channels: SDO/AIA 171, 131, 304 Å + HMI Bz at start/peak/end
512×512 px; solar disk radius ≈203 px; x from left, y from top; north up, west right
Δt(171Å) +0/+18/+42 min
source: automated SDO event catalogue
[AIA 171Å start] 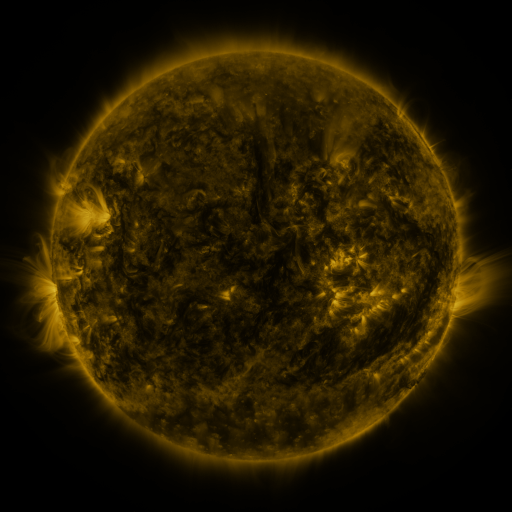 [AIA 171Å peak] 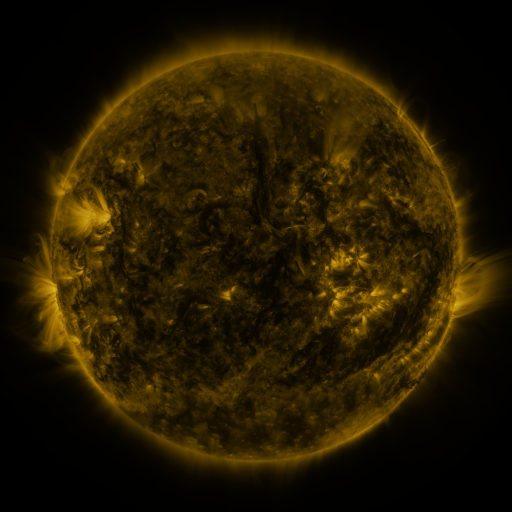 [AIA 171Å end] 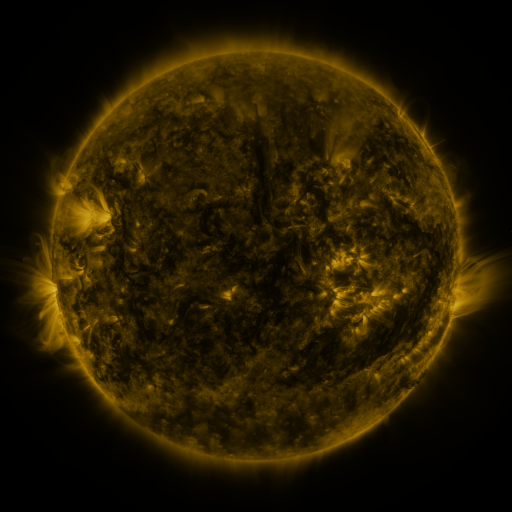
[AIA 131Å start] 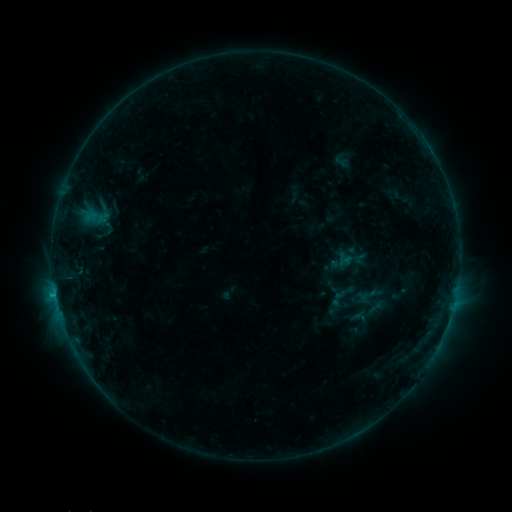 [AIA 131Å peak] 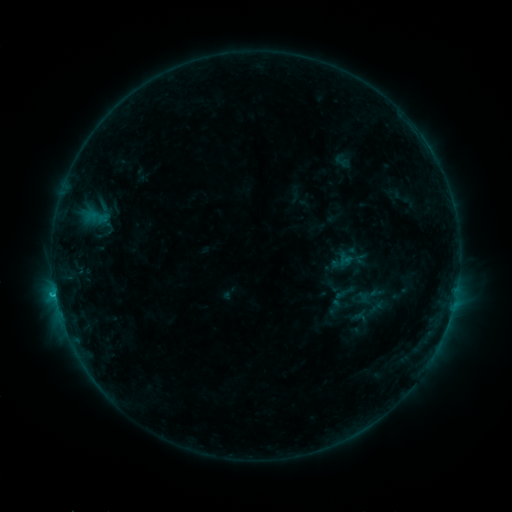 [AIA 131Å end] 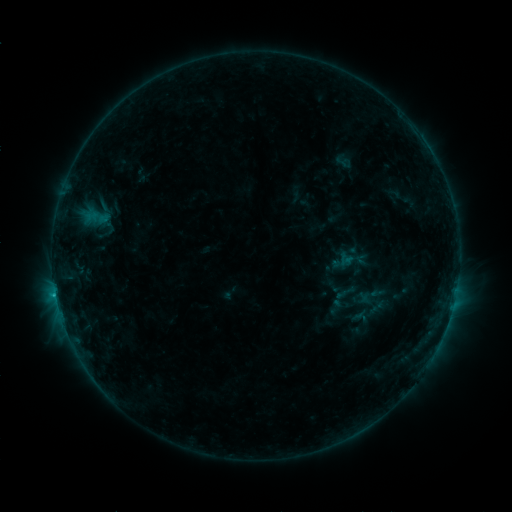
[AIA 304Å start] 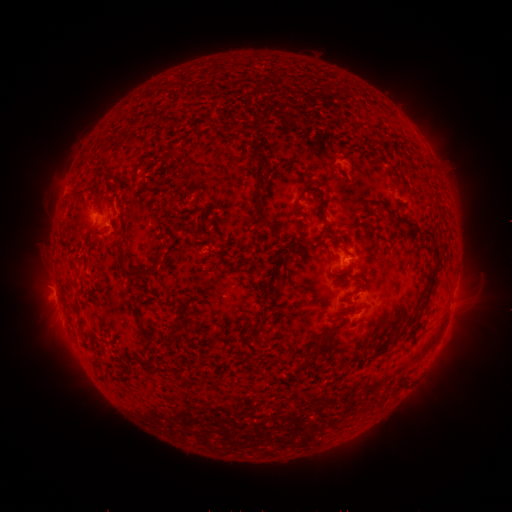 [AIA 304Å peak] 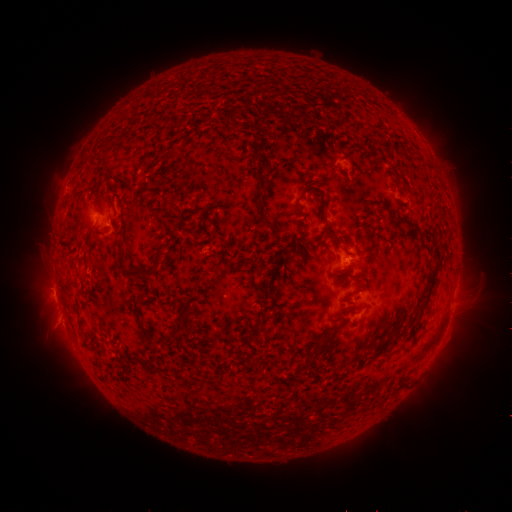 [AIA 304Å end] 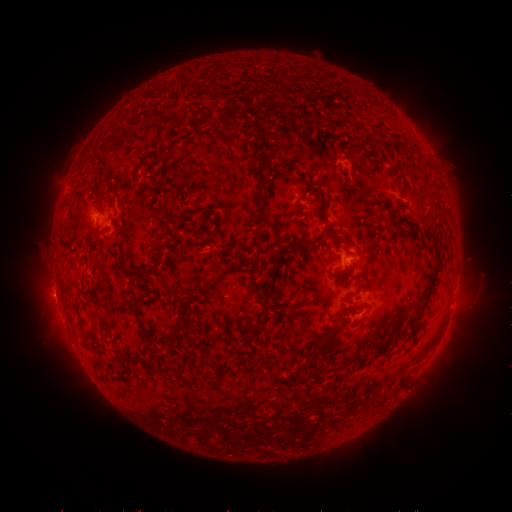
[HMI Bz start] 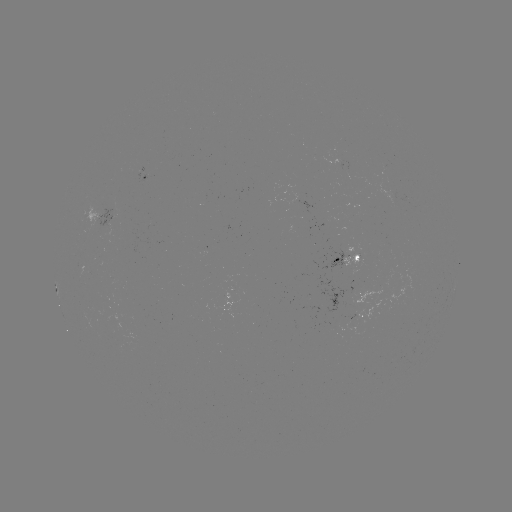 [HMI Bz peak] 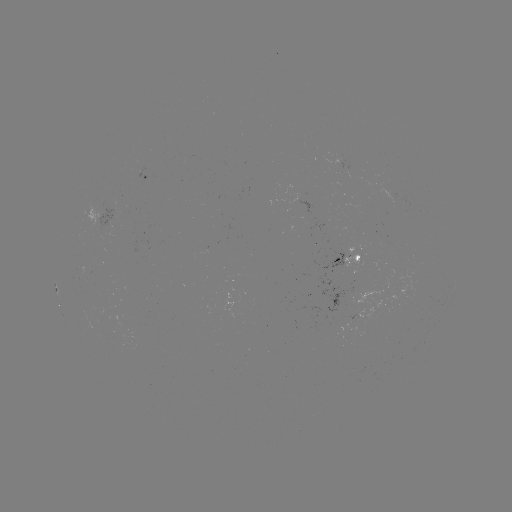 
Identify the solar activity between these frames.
nothing was catalogued: no classed flare, no EUV trigger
